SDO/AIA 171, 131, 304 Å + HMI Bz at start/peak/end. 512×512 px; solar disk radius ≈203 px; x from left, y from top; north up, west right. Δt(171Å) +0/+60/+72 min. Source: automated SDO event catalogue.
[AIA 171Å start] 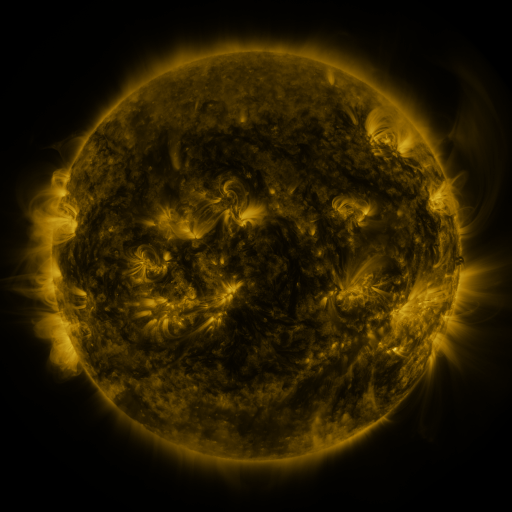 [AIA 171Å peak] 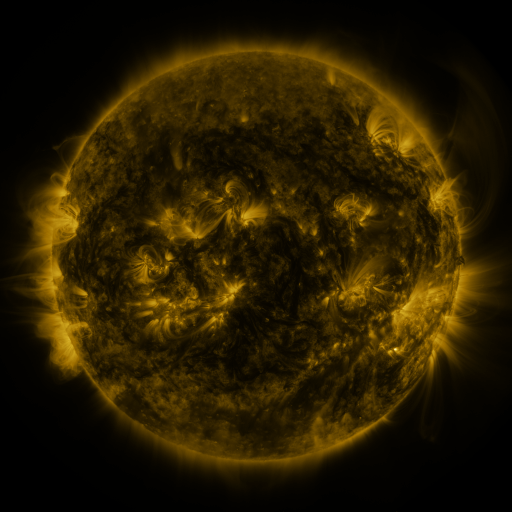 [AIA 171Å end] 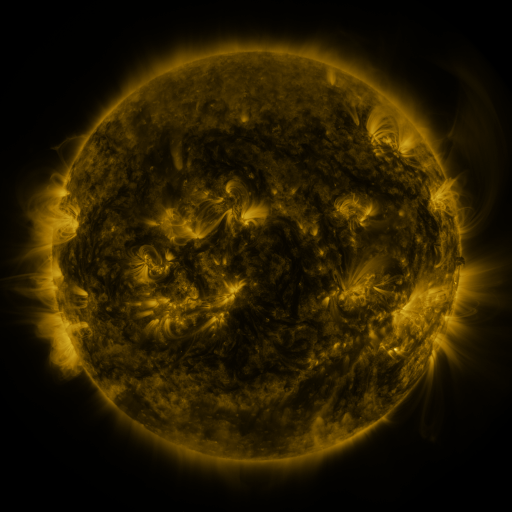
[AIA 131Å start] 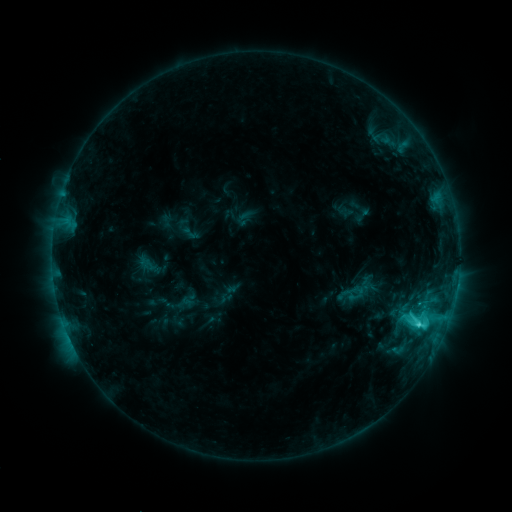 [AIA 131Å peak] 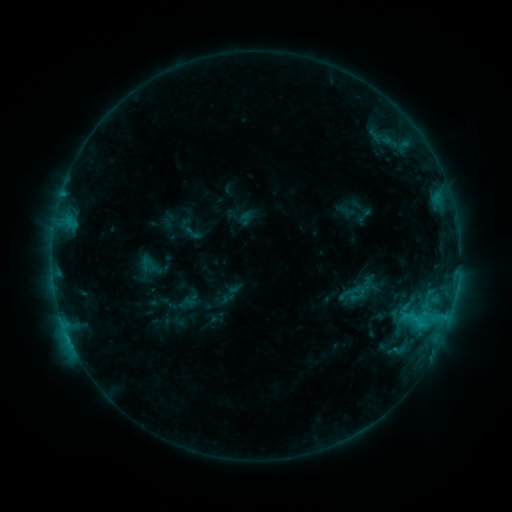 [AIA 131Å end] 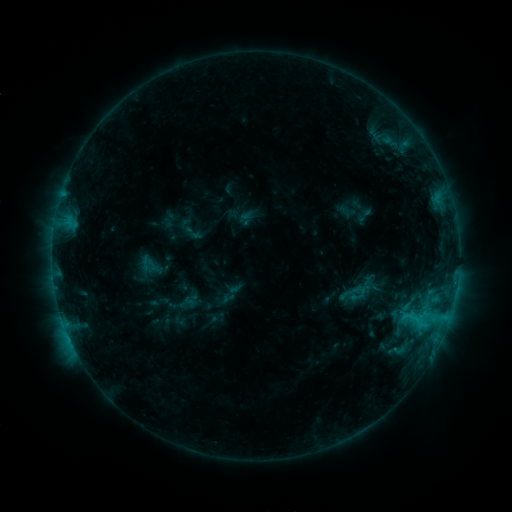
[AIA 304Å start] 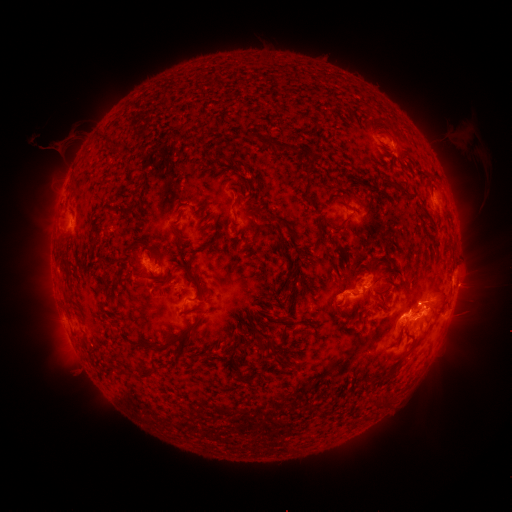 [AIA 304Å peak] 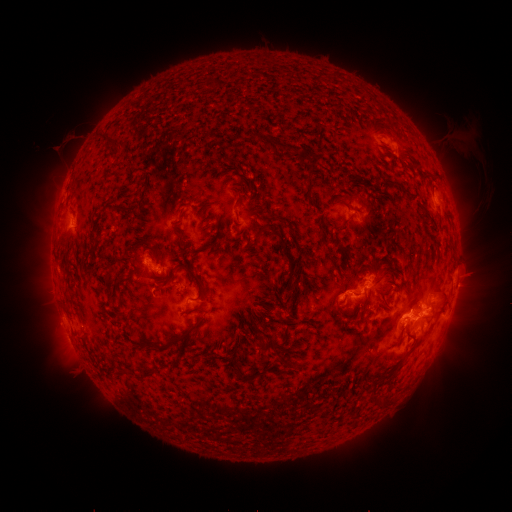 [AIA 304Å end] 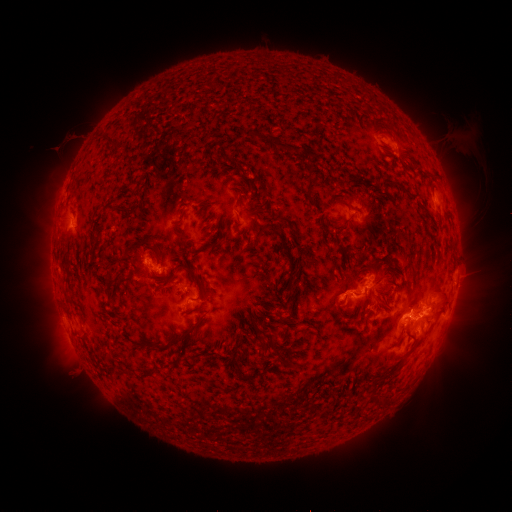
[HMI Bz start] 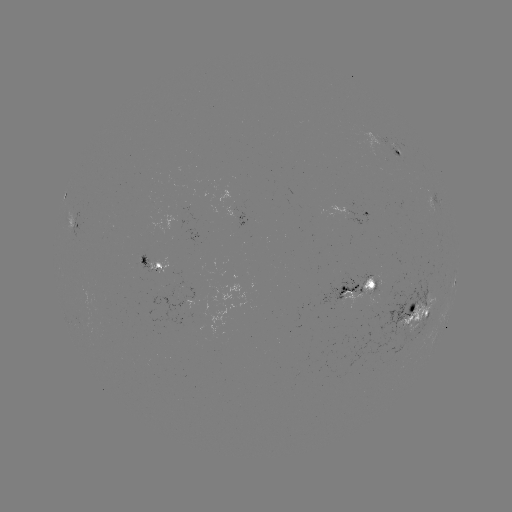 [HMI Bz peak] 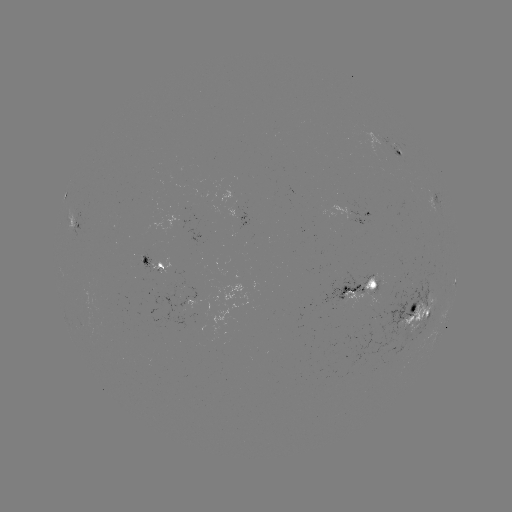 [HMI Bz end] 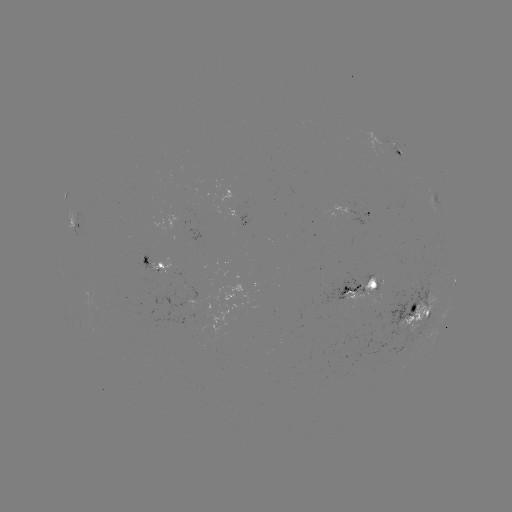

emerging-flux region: [370, 283, 379, 303]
